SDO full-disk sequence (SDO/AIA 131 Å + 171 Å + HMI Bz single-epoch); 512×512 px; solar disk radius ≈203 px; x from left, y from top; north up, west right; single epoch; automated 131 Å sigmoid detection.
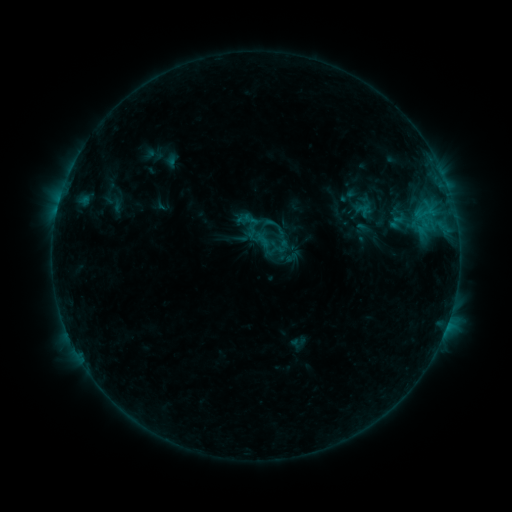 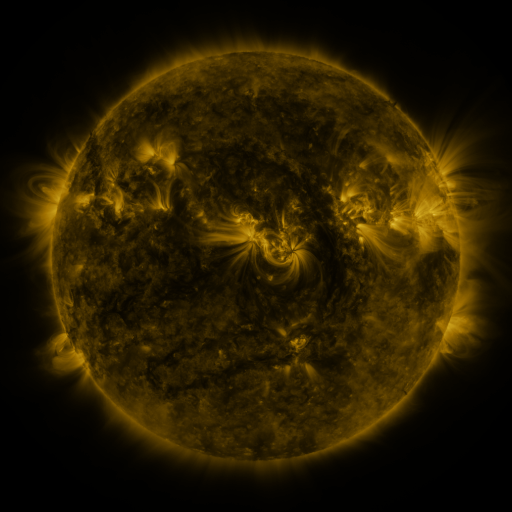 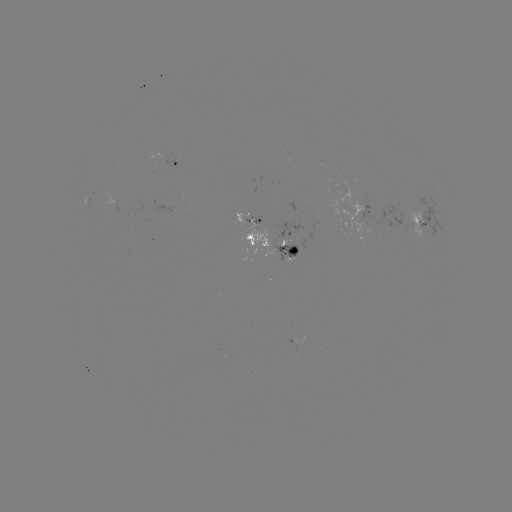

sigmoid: (257, 230, 284, 257)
